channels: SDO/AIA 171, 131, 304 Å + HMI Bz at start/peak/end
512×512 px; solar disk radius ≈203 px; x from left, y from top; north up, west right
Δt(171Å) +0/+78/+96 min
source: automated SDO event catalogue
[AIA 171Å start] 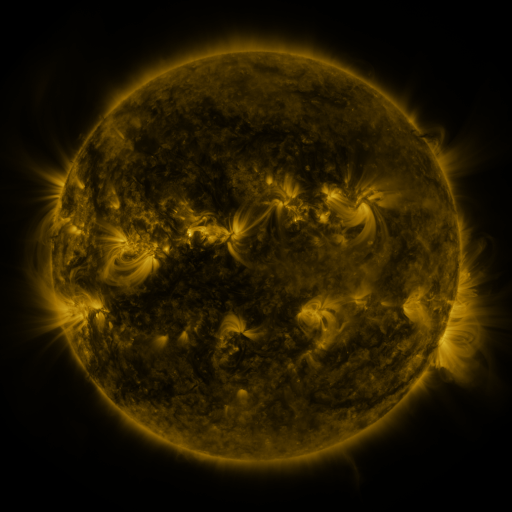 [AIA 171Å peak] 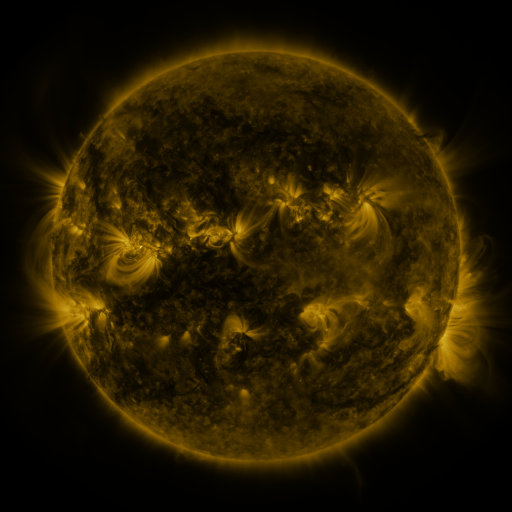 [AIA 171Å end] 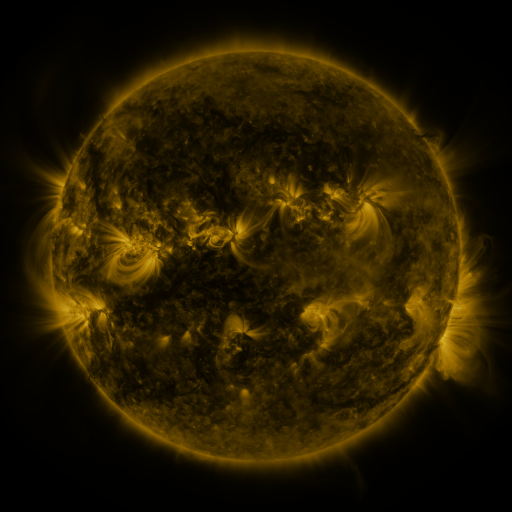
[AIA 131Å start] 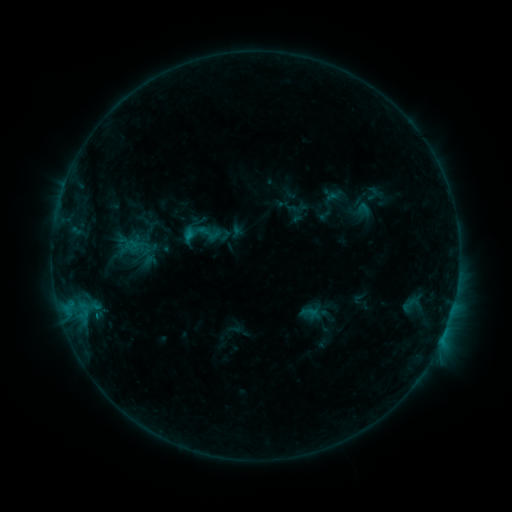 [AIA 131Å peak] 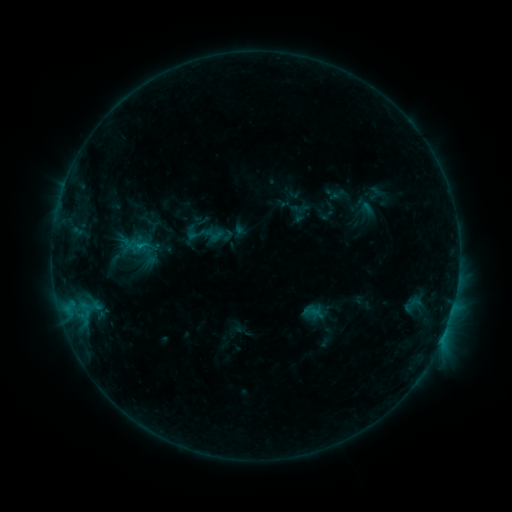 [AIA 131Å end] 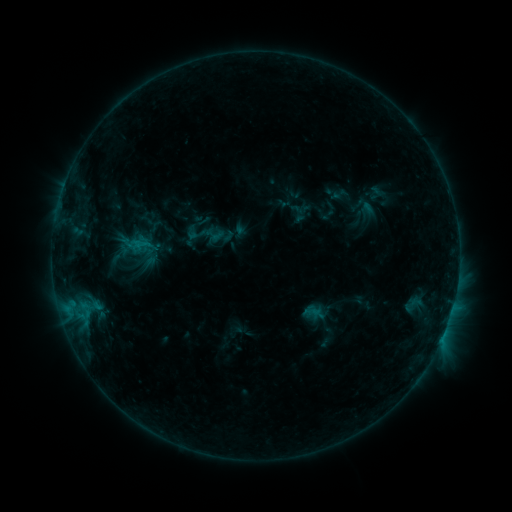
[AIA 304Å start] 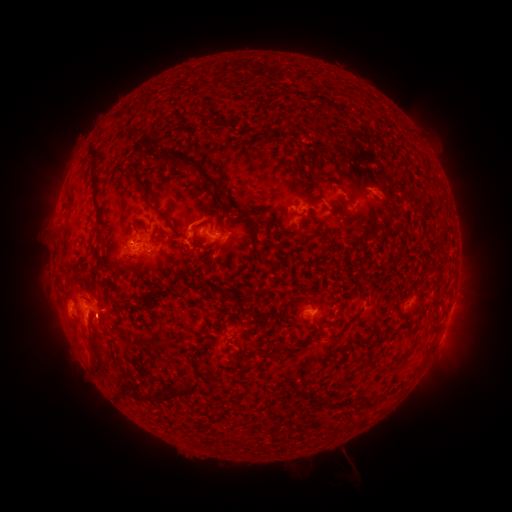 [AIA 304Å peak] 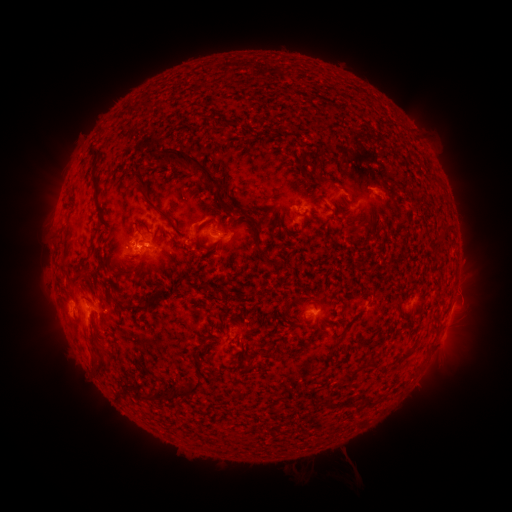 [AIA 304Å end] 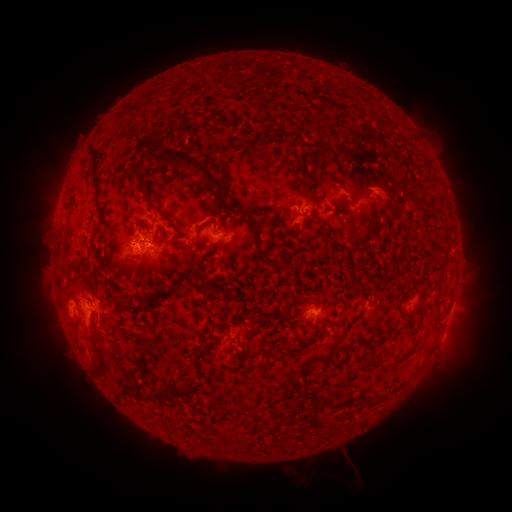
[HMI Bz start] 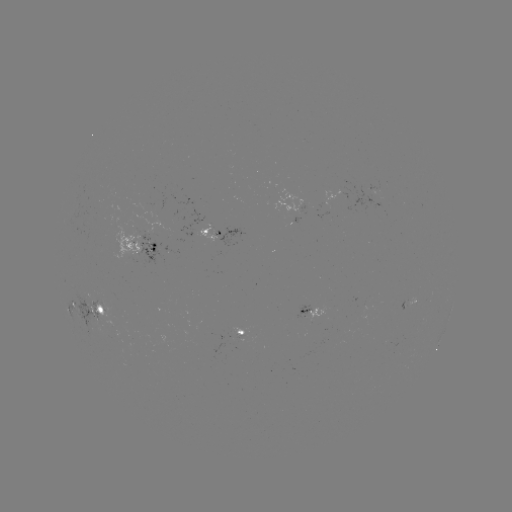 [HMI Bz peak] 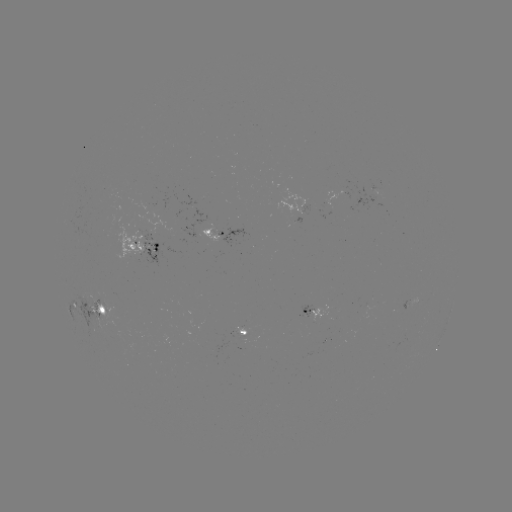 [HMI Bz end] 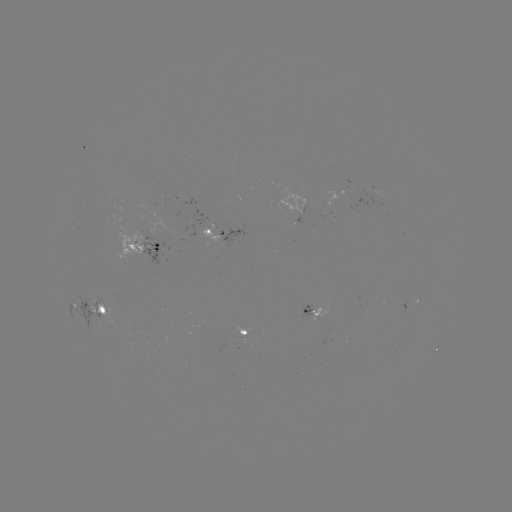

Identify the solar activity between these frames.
emerging-flux region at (135, 238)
